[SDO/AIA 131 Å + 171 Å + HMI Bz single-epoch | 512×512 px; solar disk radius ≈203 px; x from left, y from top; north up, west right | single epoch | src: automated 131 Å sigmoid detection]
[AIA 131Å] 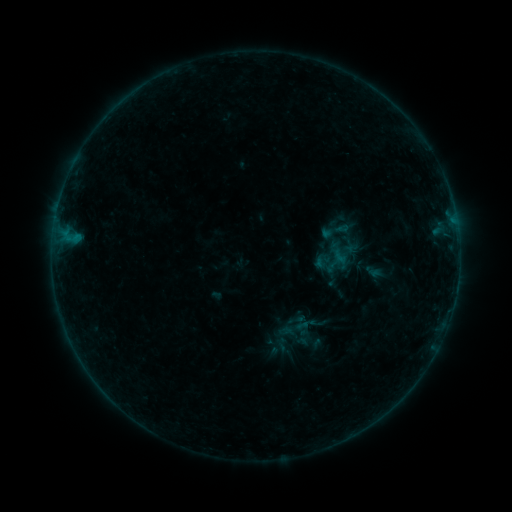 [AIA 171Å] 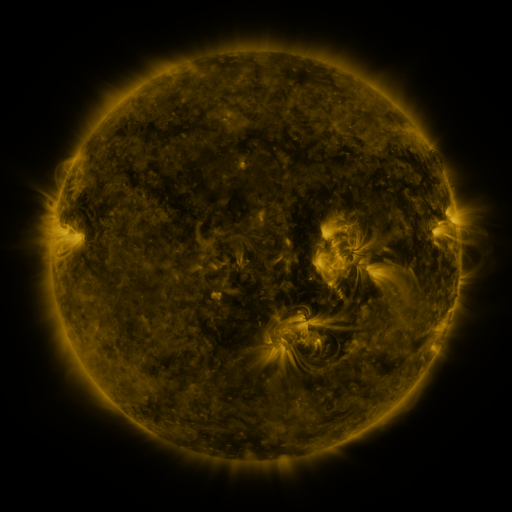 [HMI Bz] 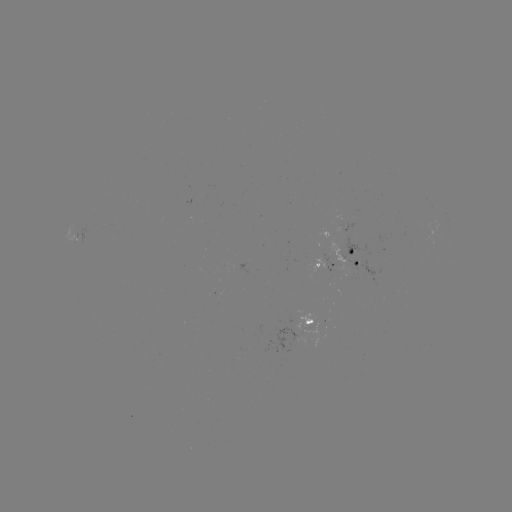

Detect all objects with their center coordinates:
sigmoid: <bbox>318, 215, 355, 247</bbox>
sigmoid: <bbox>332, 245, 358, 270</bbox>
sigmoid: <bbox>318, 256, 335, 272</bbox>
